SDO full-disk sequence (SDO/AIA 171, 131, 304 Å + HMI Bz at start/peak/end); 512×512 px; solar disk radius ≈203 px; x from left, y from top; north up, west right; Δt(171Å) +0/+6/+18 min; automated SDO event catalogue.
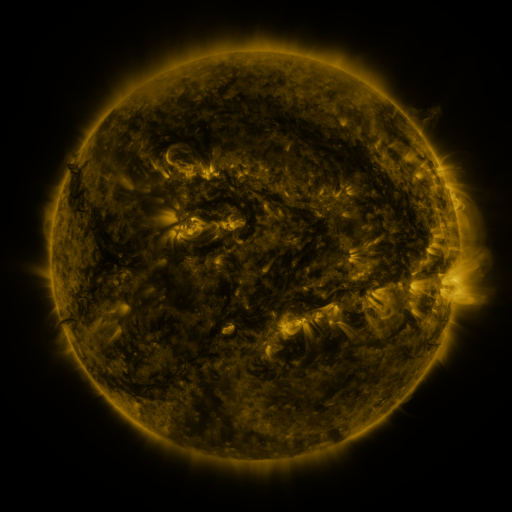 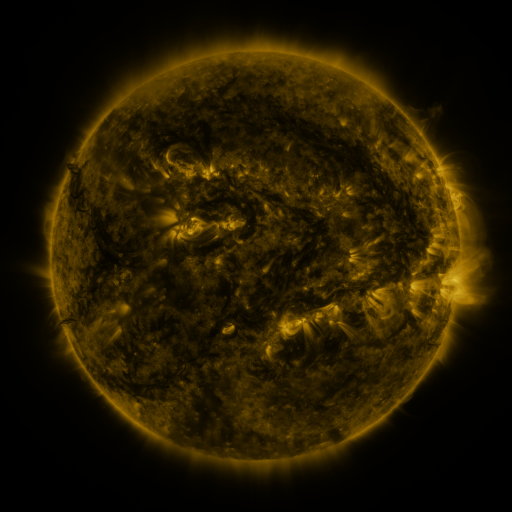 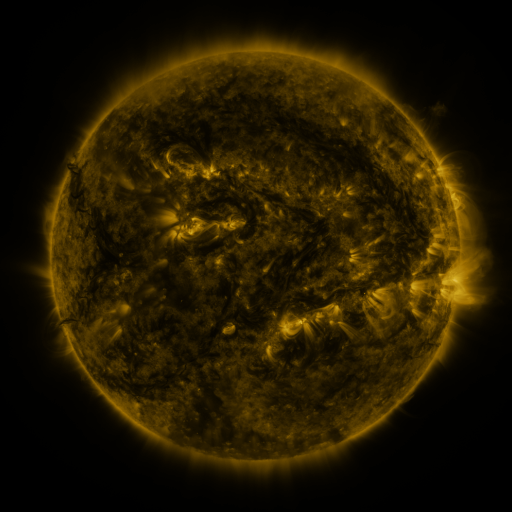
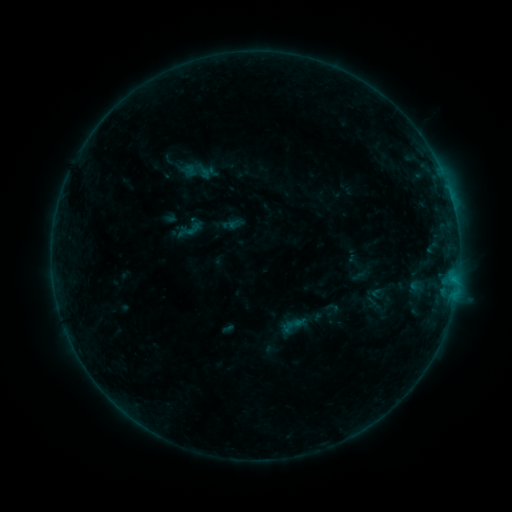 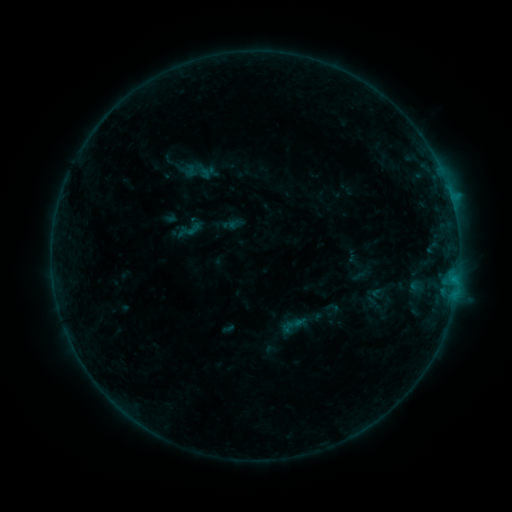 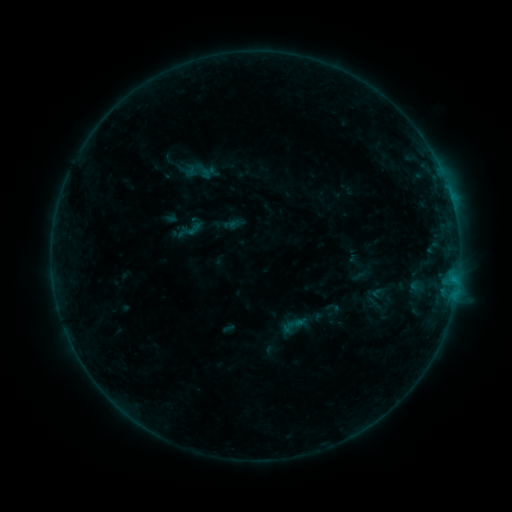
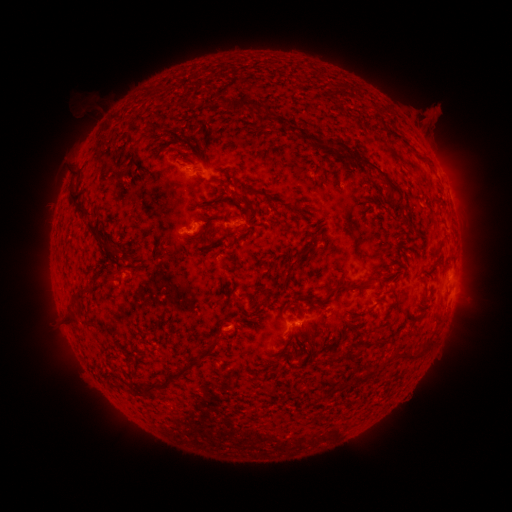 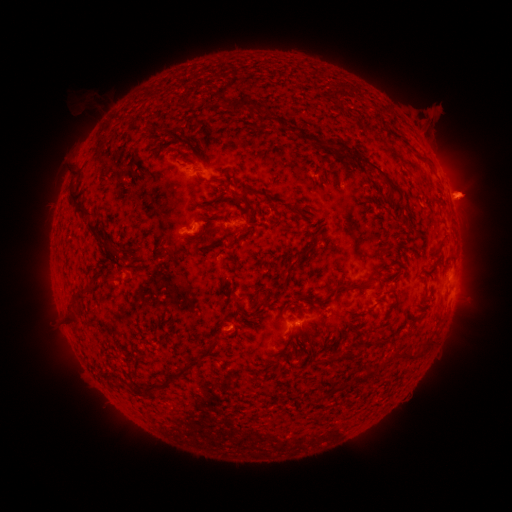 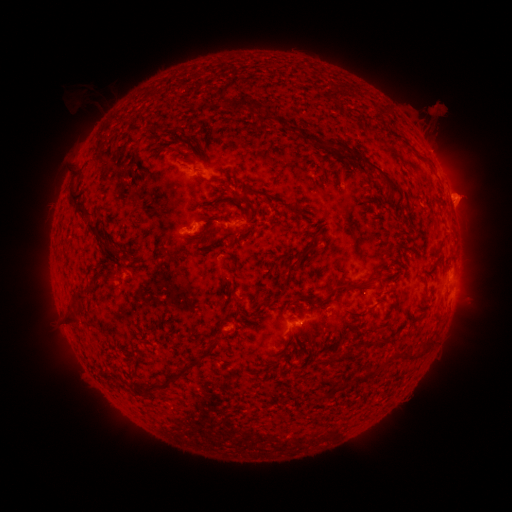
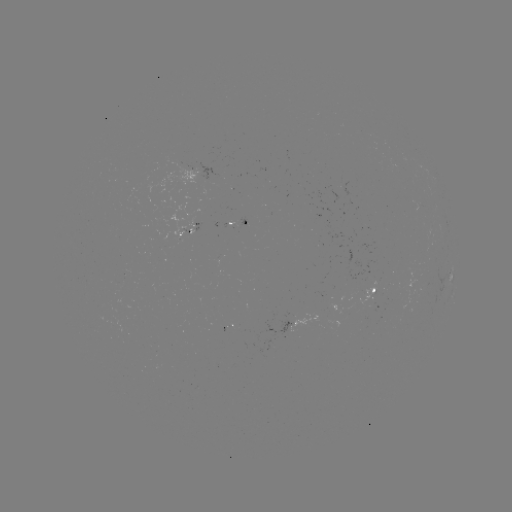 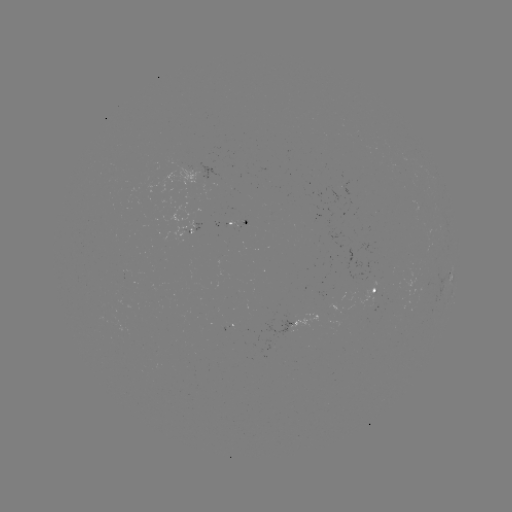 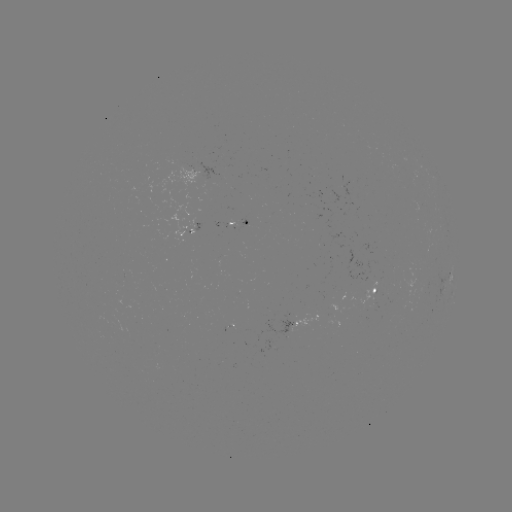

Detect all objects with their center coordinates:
eruption: (464, 197)
